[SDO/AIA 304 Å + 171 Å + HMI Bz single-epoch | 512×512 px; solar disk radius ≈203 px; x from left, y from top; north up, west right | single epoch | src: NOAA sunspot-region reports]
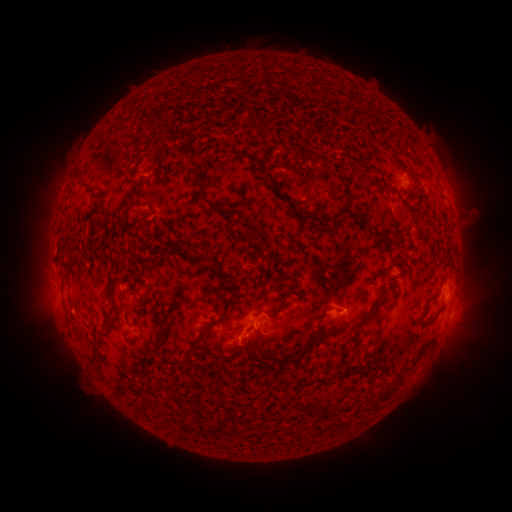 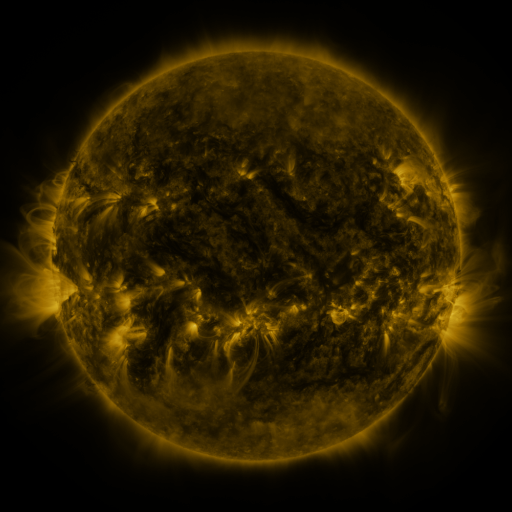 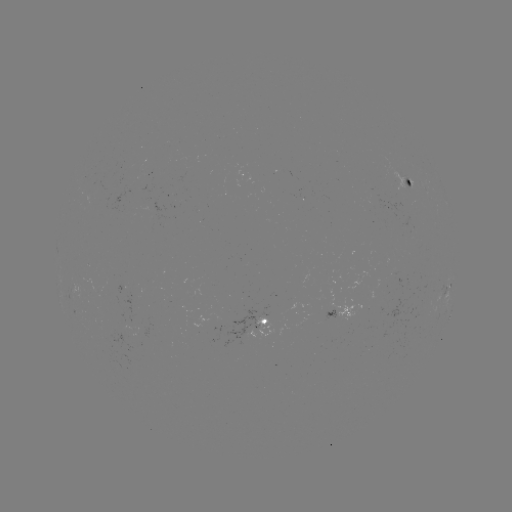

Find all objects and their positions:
spotted active region: (410, 183)
spotted active region: (449, 283)
spotted active region: (451, 312)
spotted active region: (342, 314)
spotted active region: (262, 323)
